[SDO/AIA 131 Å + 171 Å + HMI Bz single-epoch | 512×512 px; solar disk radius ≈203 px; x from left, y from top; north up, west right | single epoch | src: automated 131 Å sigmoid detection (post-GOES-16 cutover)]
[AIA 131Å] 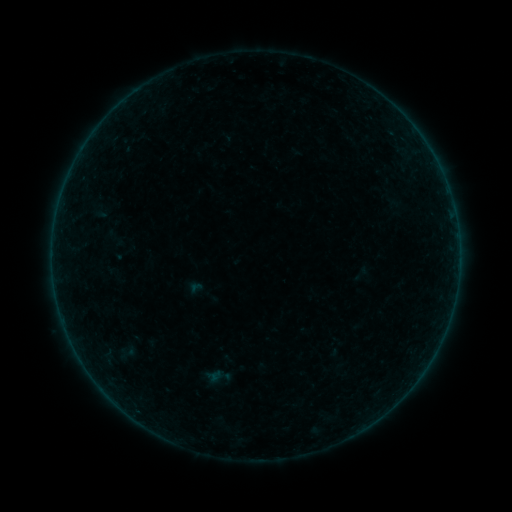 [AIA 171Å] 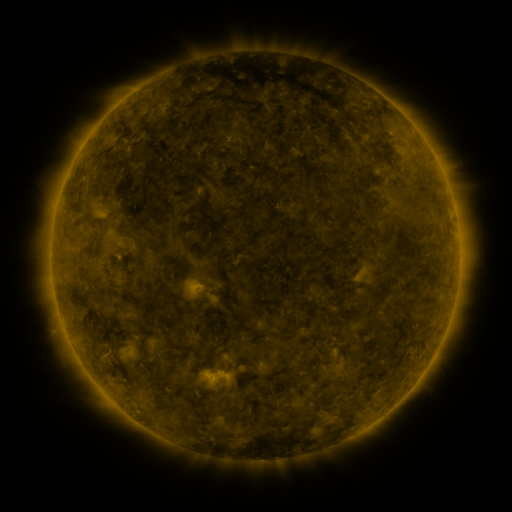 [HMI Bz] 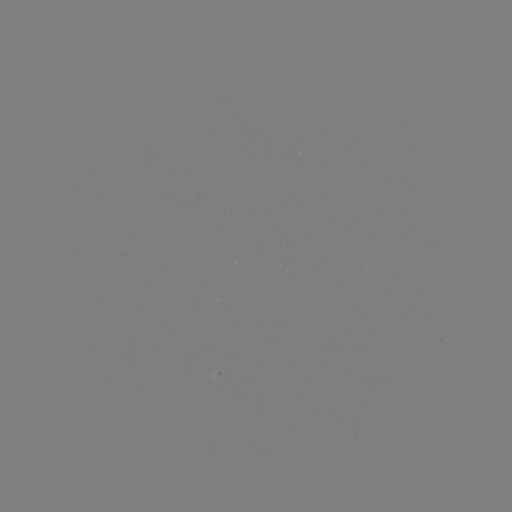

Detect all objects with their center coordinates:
sigmoid: (127, 353)
